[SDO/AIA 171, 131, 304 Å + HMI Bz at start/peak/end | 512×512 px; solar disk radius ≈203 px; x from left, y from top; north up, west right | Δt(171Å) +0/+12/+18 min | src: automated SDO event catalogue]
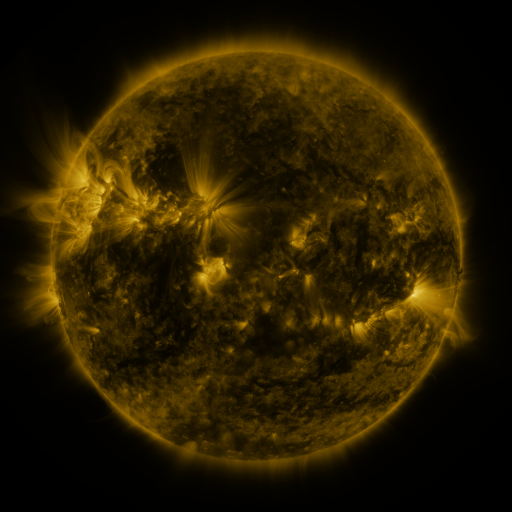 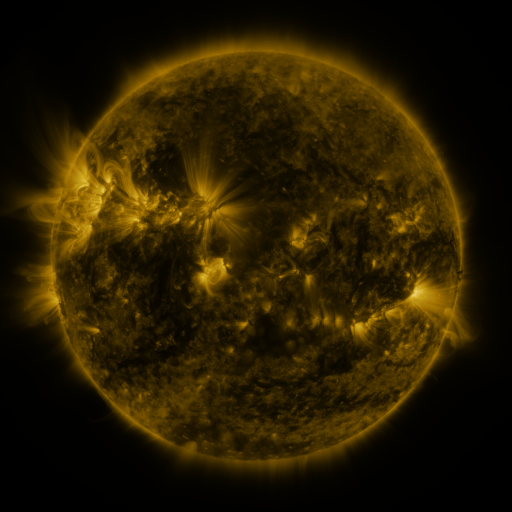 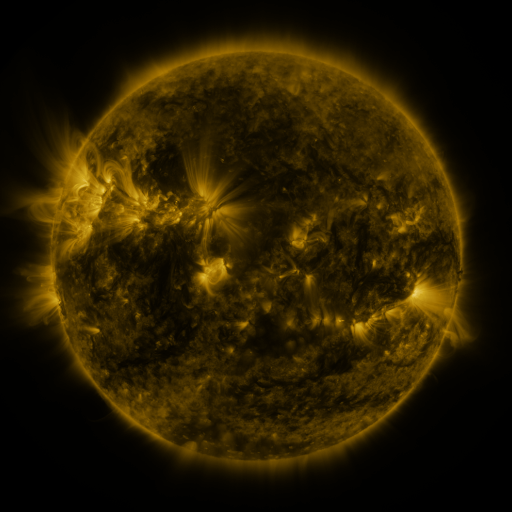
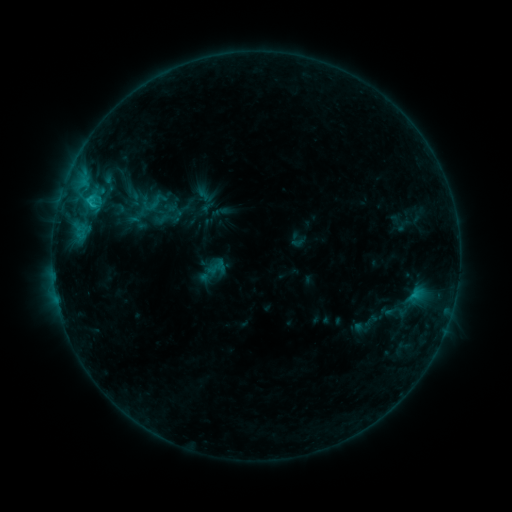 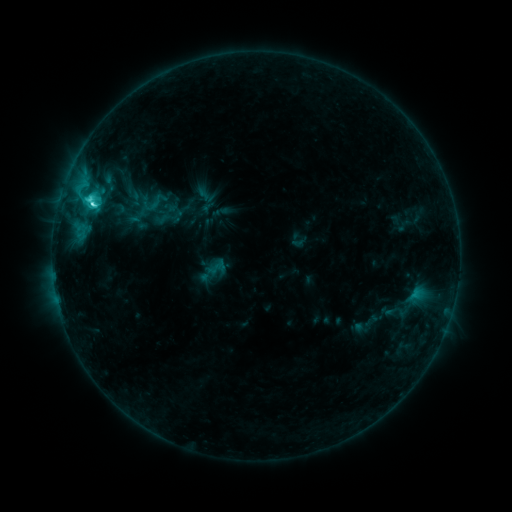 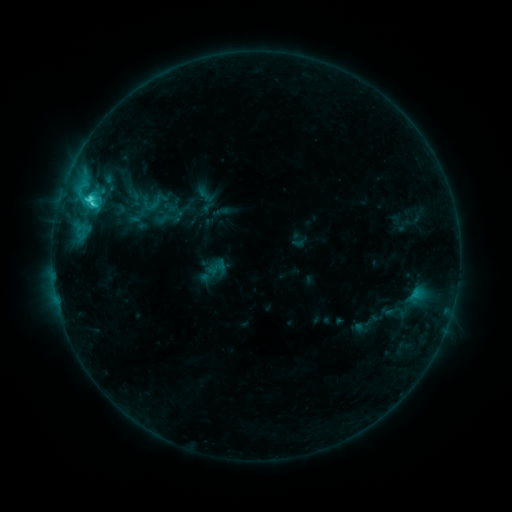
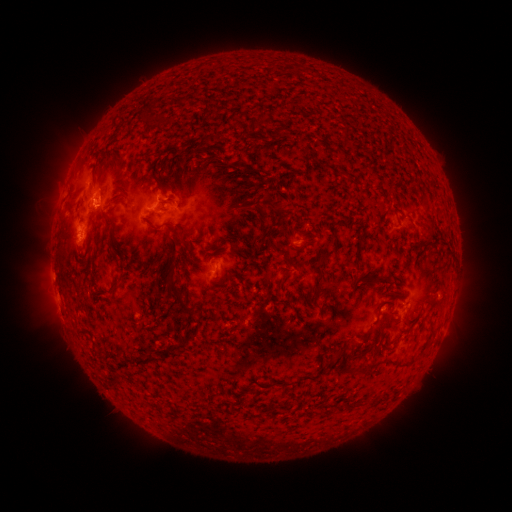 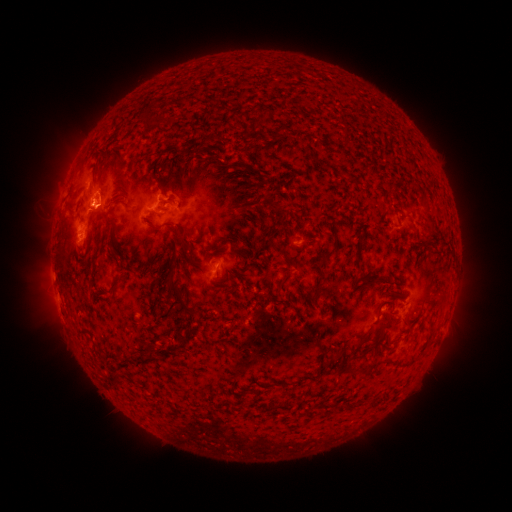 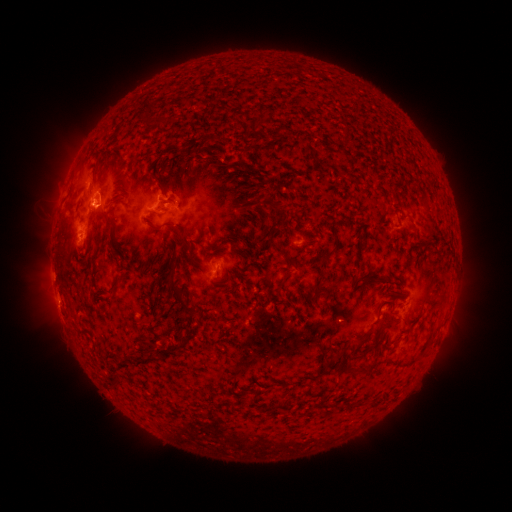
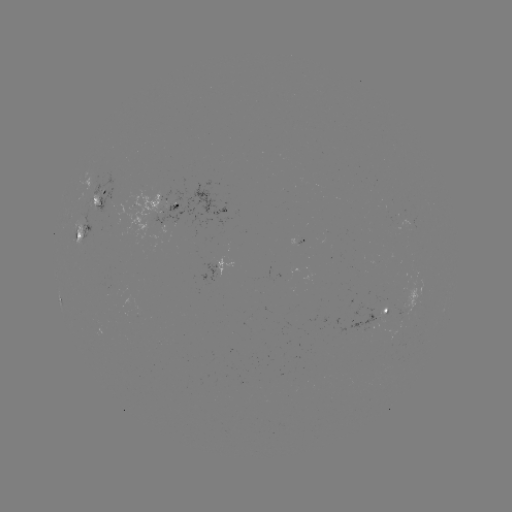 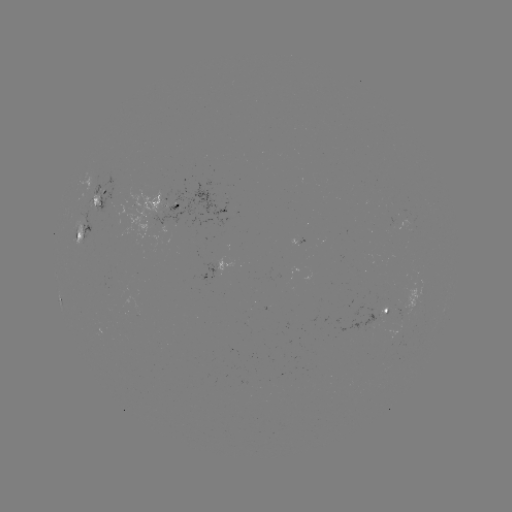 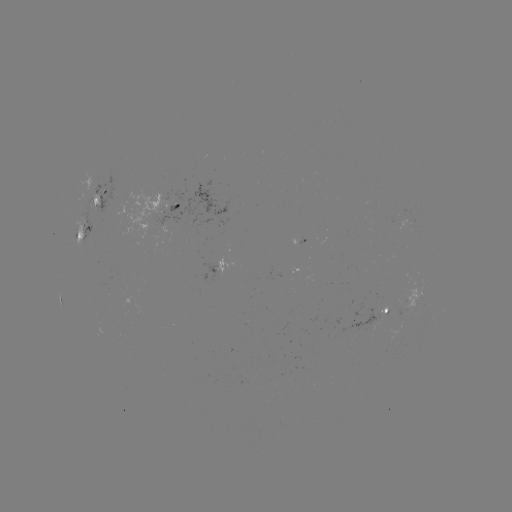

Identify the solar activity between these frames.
C3.5 flare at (94, 206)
